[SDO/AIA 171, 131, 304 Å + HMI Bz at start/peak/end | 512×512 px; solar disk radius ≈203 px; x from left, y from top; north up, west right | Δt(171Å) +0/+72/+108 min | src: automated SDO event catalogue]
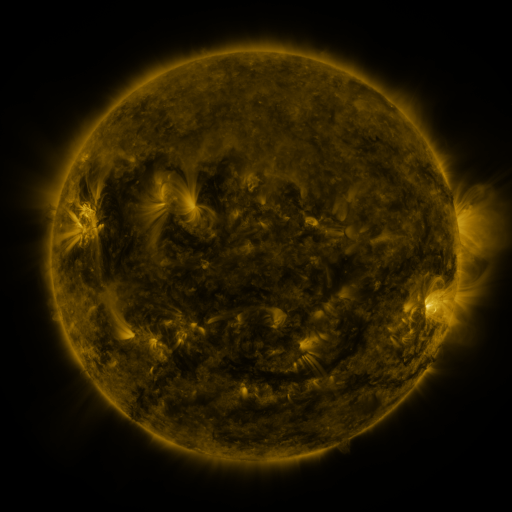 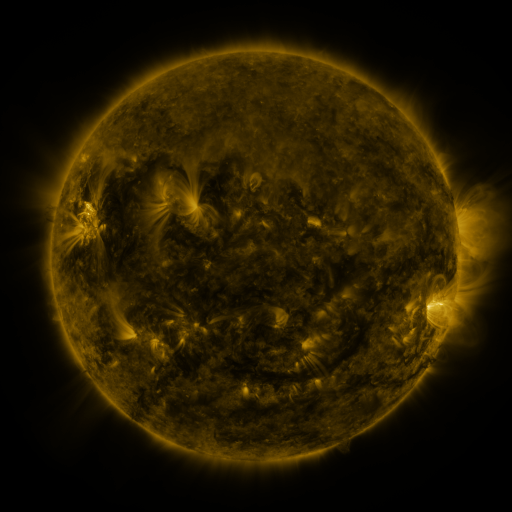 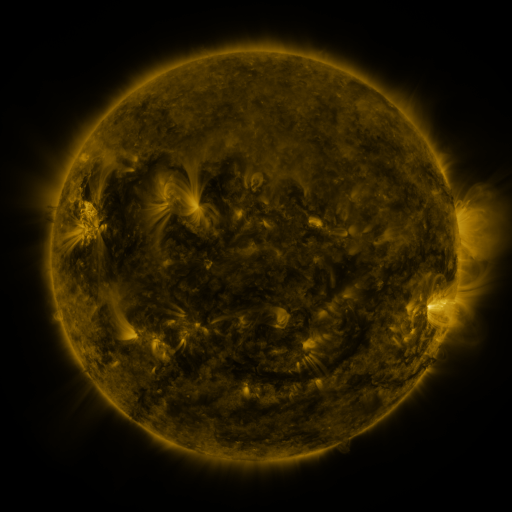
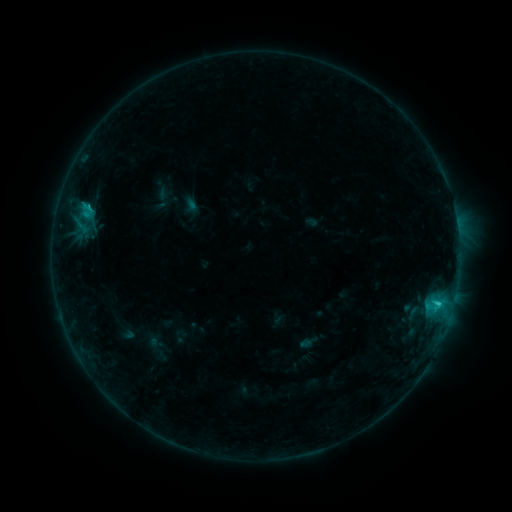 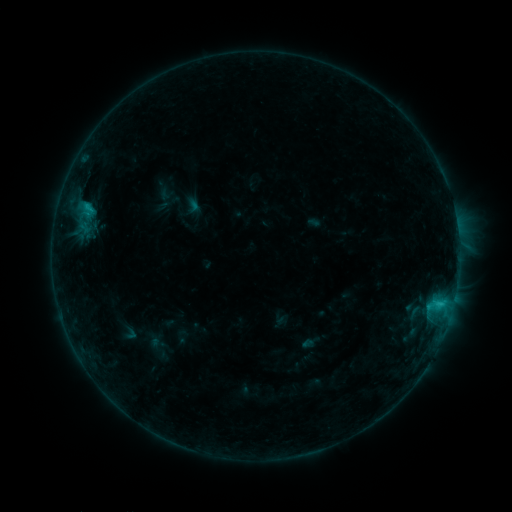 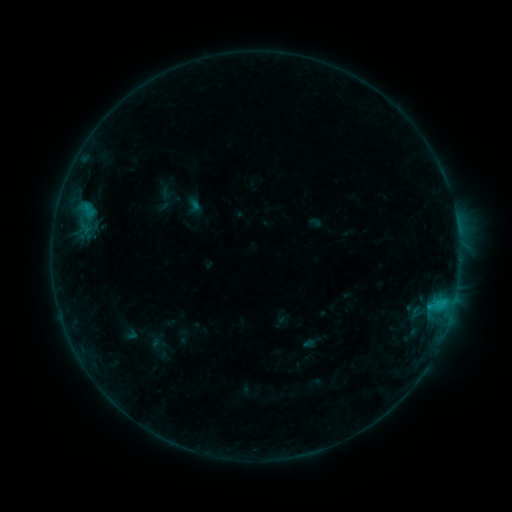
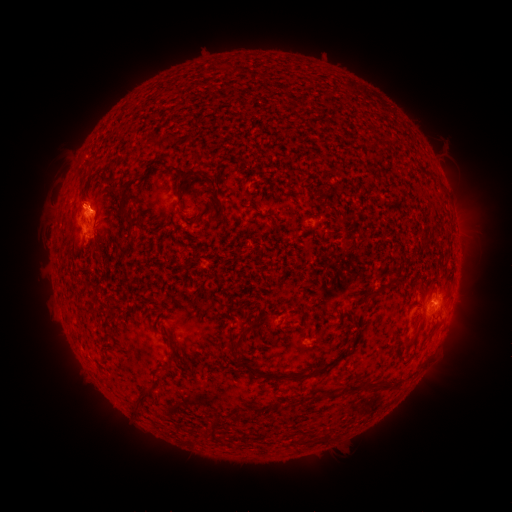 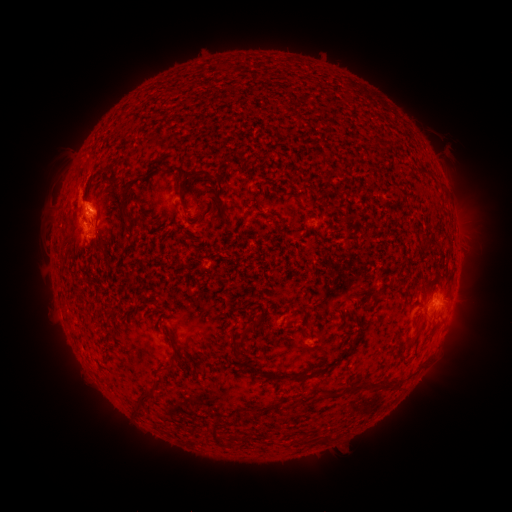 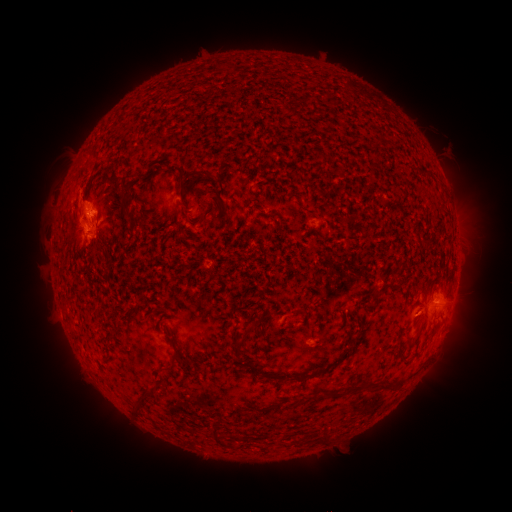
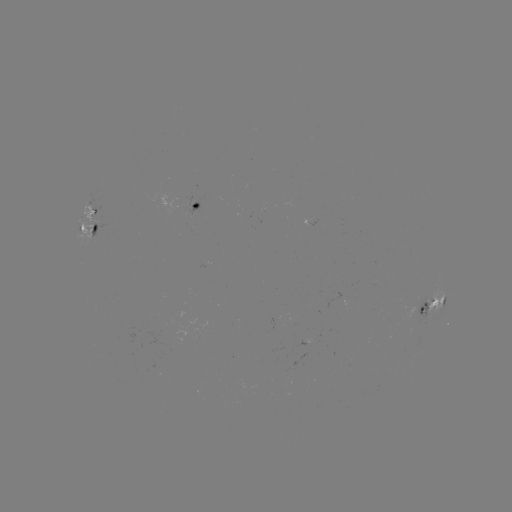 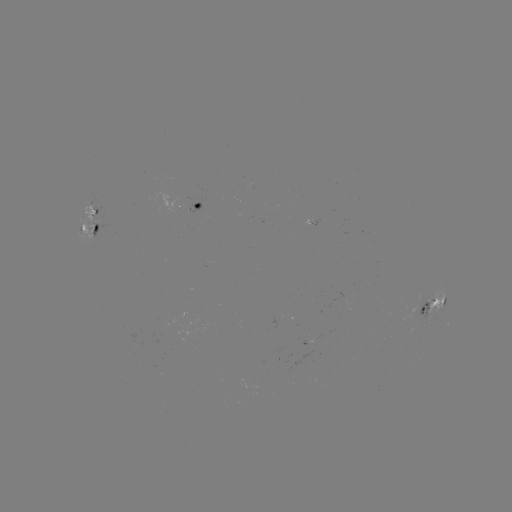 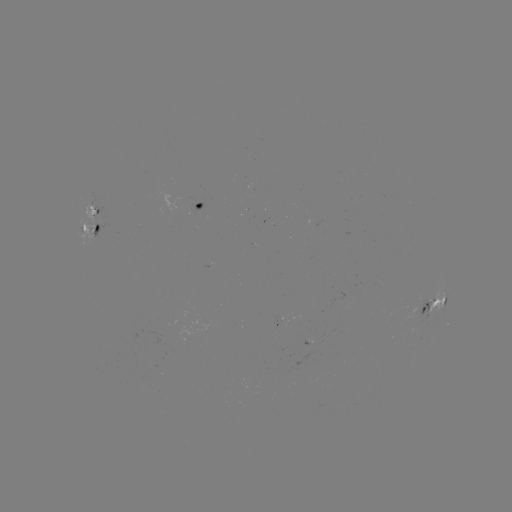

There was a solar emerging-flux region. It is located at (89, 213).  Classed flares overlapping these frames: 2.